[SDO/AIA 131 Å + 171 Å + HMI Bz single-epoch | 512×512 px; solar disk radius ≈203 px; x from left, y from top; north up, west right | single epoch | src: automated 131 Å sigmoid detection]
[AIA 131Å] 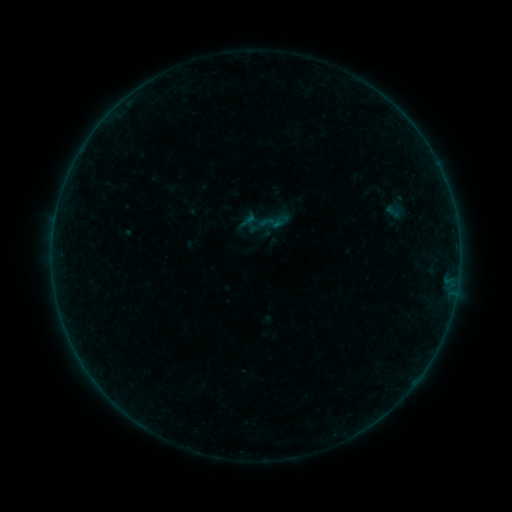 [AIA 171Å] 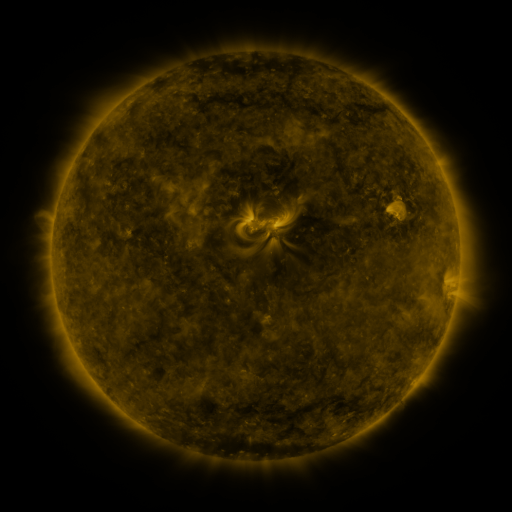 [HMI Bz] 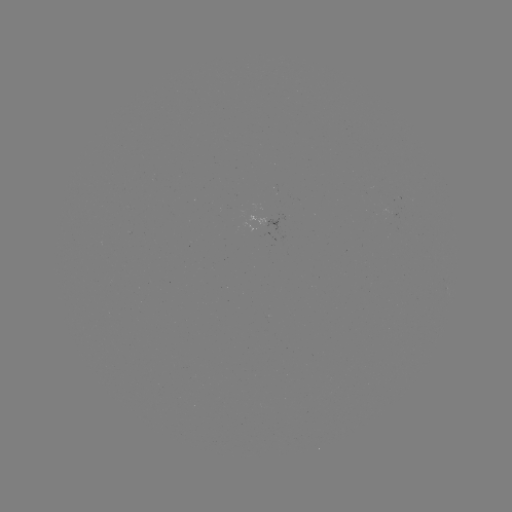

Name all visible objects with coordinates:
sigmoid: <bbox>258, 205, 291, 238</bbox>
